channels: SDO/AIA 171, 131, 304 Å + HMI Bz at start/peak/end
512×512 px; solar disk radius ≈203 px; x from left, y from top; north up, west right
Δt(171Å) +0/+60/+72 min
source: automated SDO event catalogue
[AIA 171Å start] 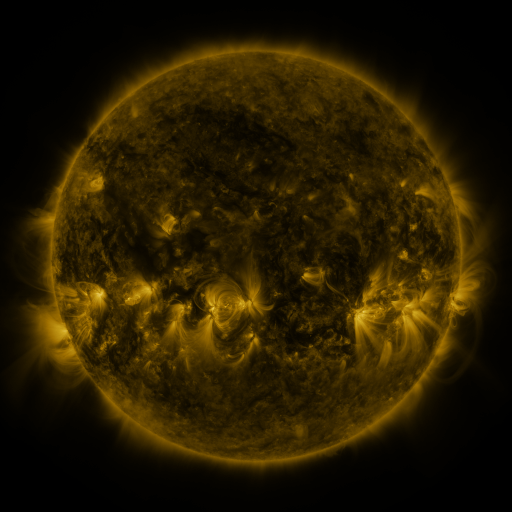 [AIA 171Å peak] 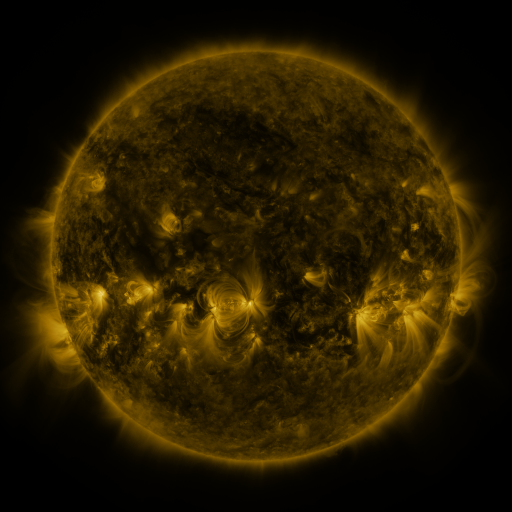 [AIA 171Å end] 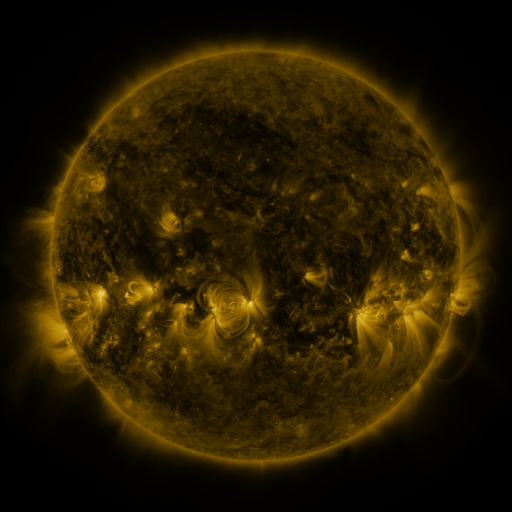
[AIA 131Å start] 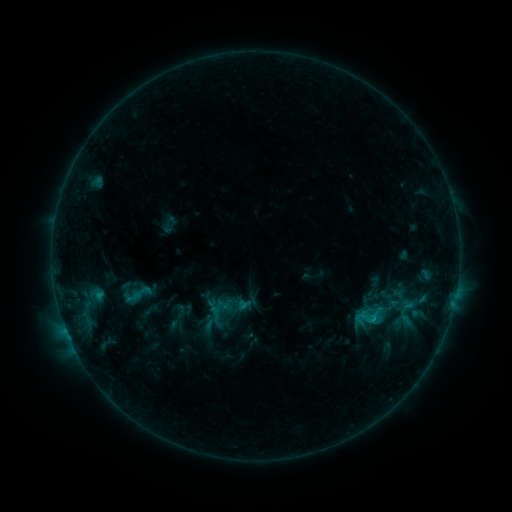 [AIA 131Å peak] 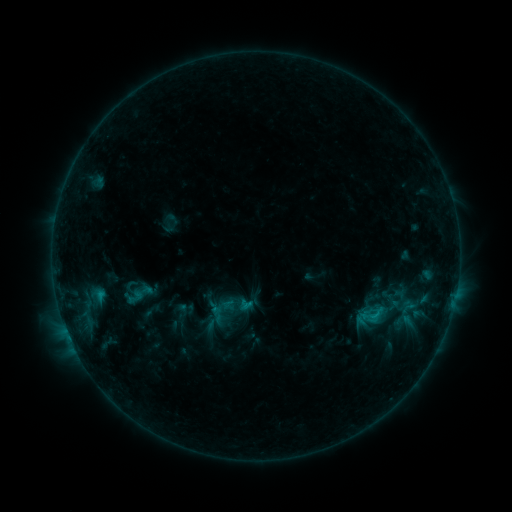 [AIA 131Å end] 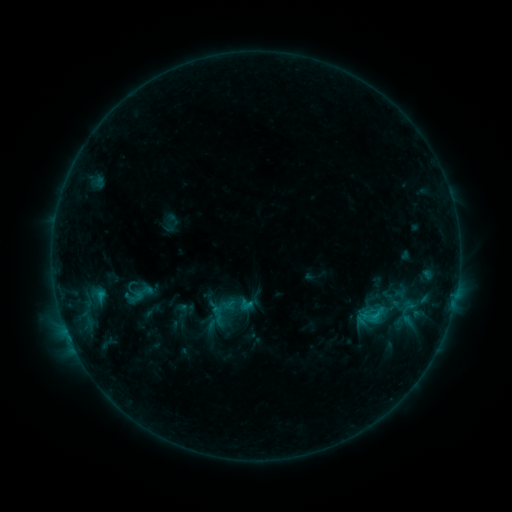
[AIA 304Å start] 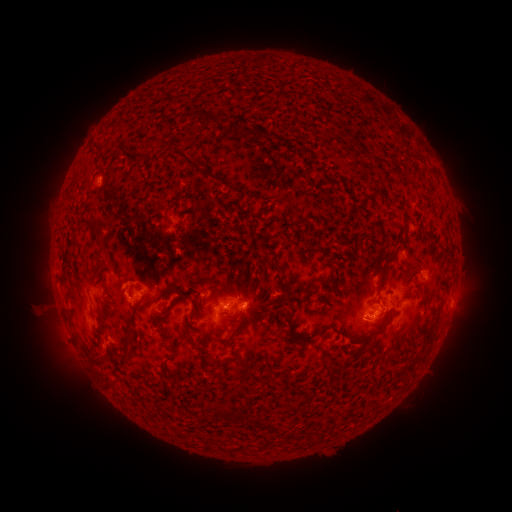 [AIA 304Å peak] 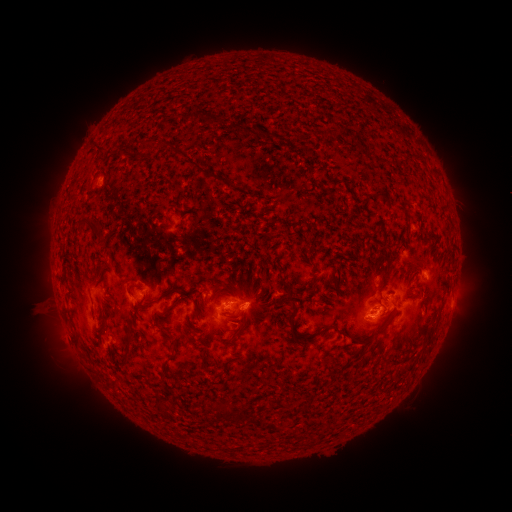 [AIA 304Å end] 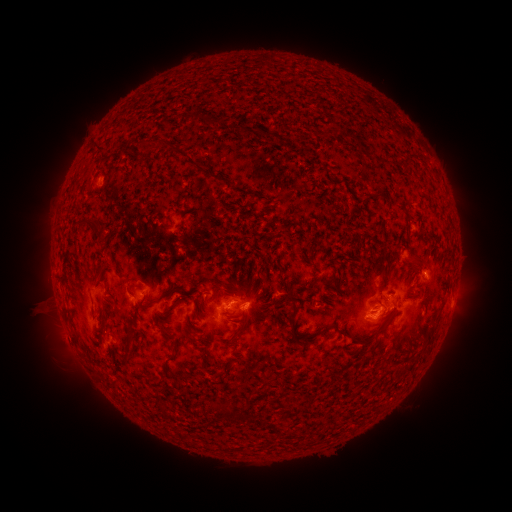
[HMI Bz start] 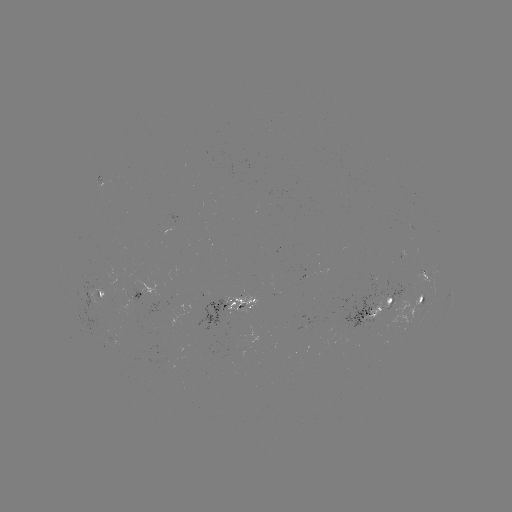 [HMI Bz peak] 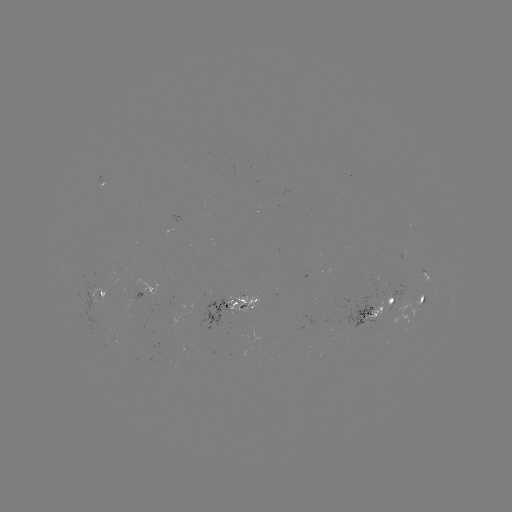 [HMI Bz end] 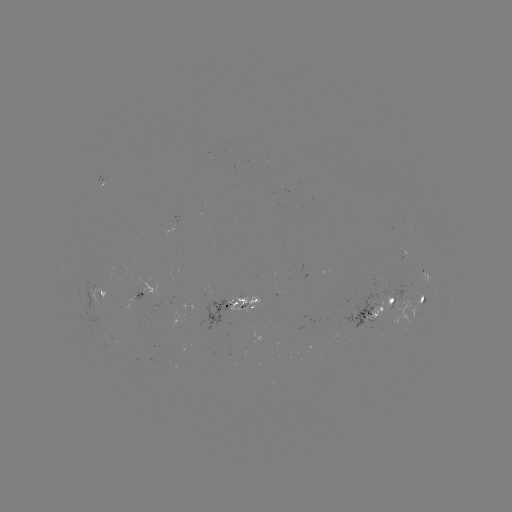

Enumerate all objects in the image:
emerging-flux region: (204, 310)
